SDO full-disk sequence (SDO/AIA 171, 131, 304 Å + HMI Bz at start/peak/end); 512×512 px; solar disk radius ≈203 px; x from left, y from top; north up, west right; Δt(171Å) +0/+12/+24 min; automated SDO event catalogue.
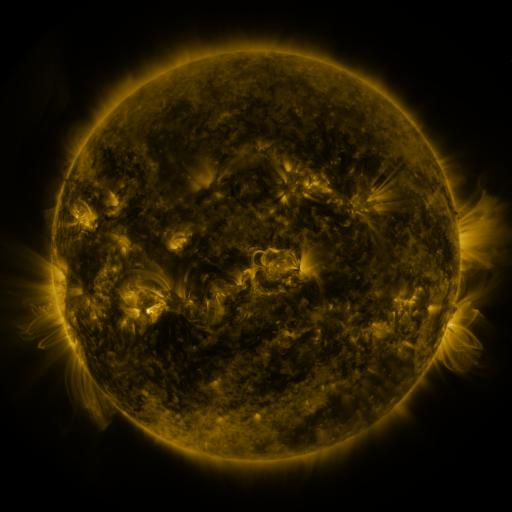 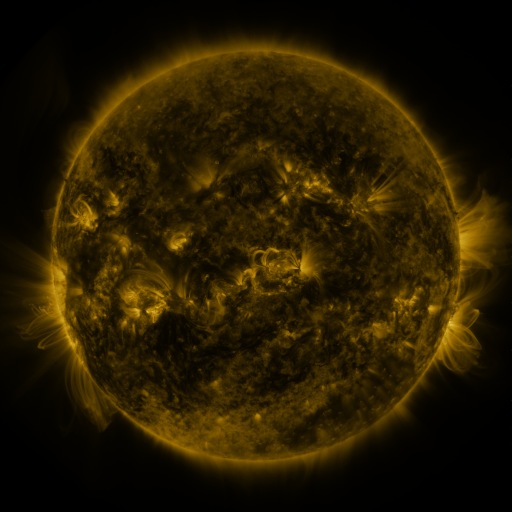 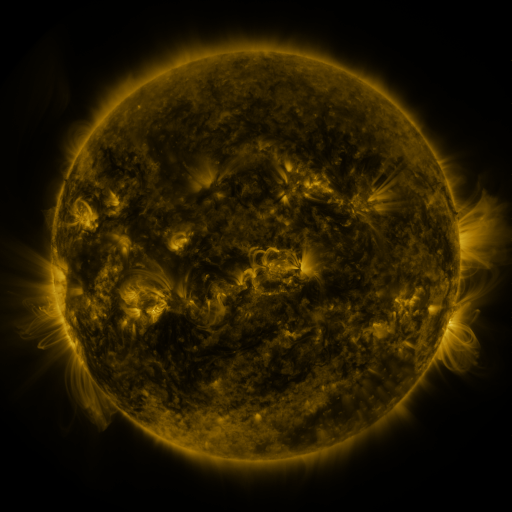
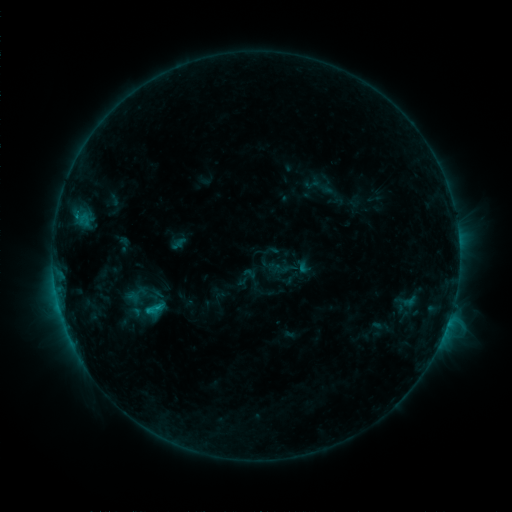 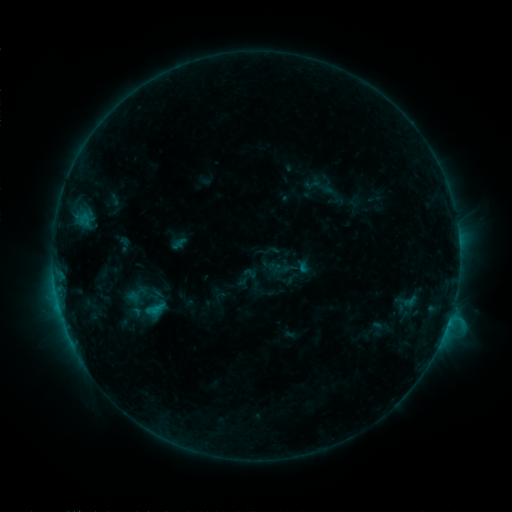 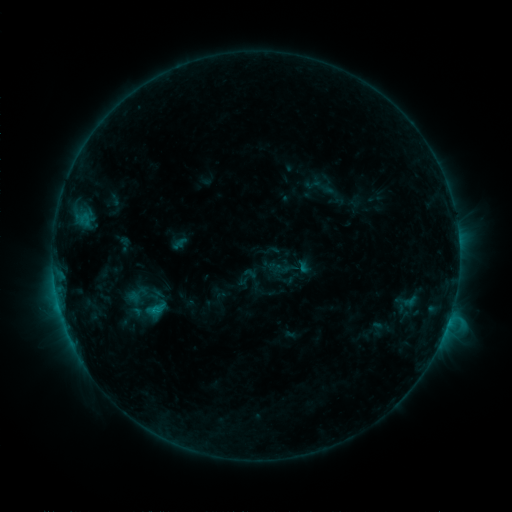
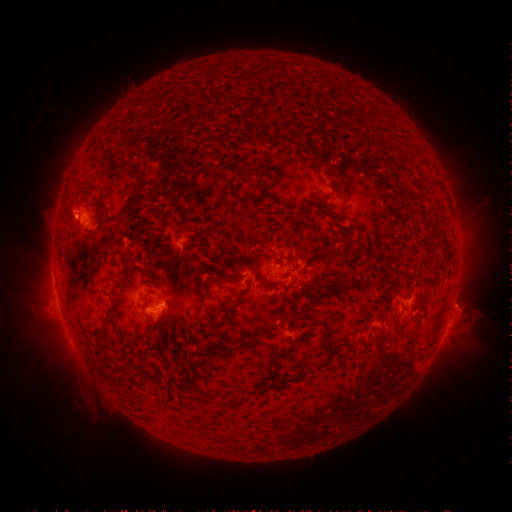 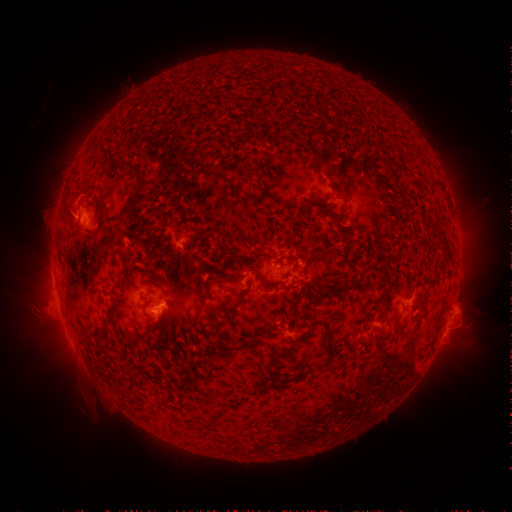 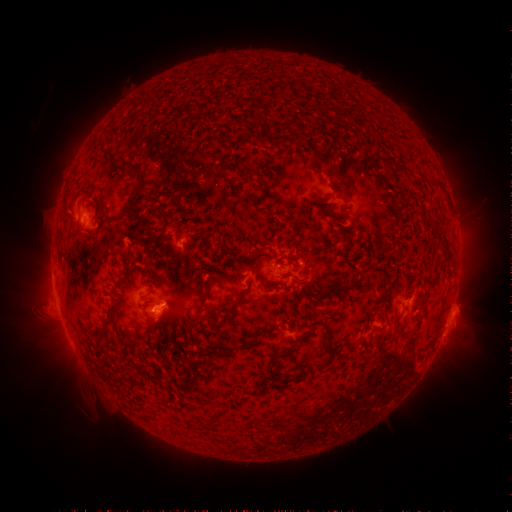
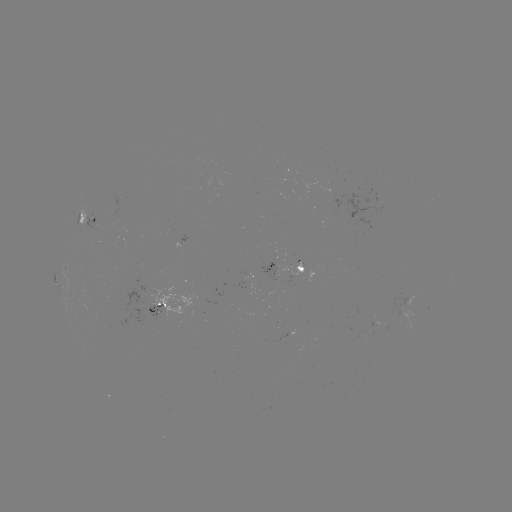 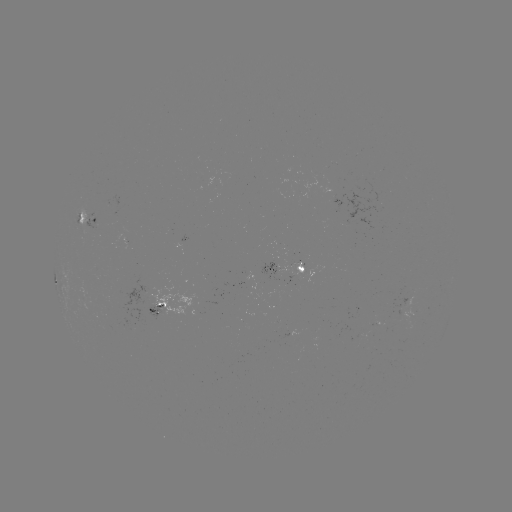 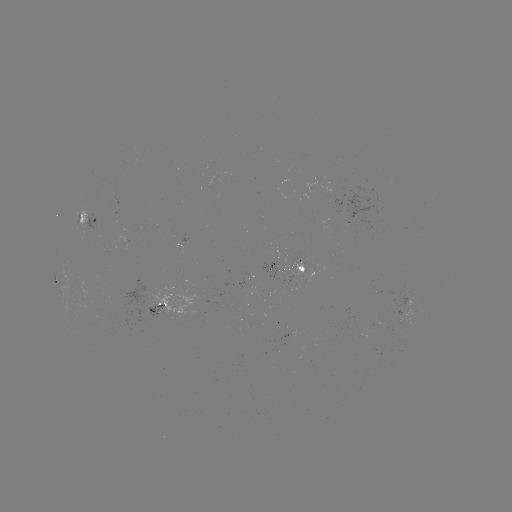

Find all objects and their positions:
eruption: (462, 317)
